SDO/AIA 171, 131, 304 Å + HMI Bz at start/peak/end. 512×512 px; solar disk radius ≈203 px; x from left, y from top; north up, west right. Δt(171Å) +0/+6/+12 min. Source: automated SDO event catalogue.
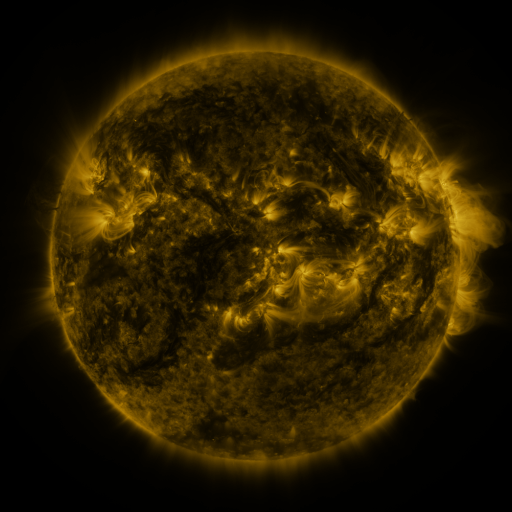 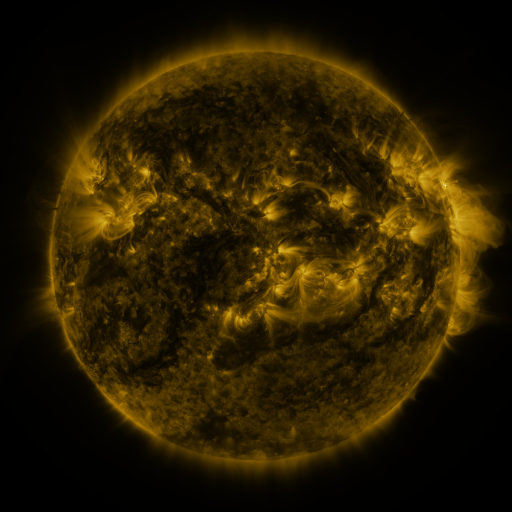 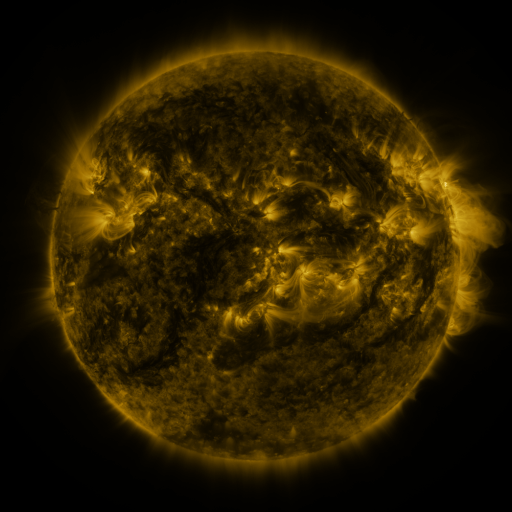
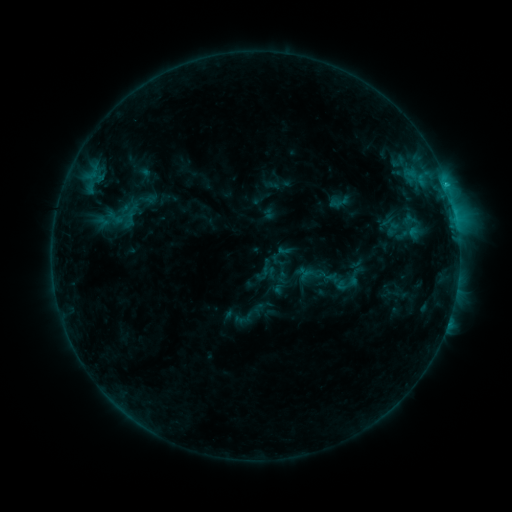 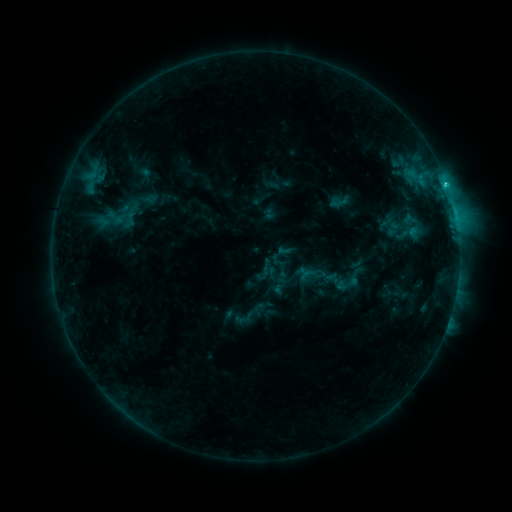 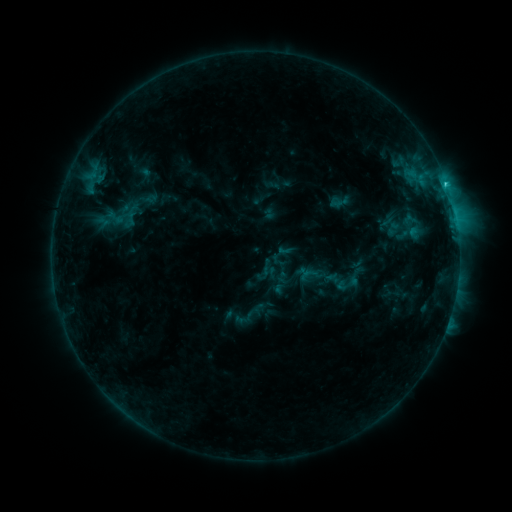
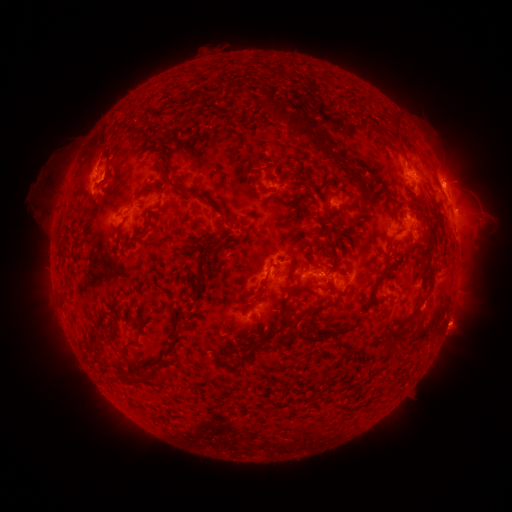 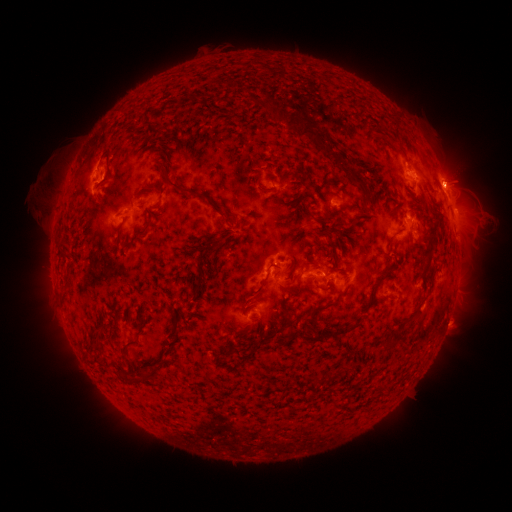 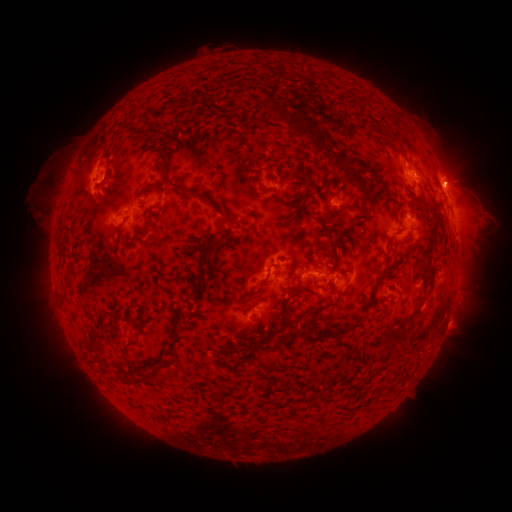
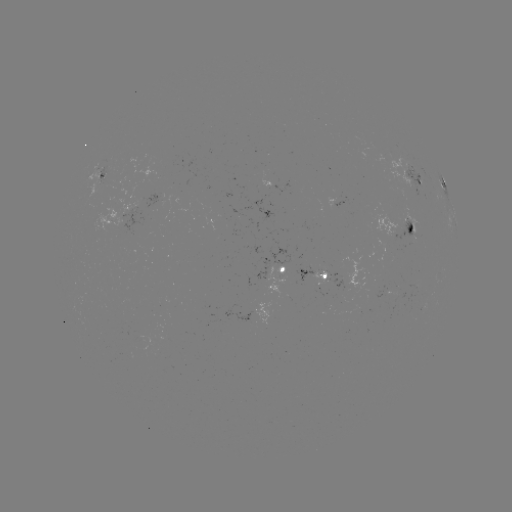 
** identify C3.0 flare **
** (321, 275) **